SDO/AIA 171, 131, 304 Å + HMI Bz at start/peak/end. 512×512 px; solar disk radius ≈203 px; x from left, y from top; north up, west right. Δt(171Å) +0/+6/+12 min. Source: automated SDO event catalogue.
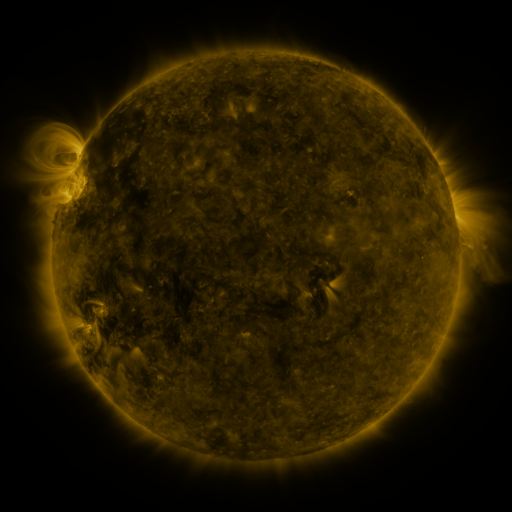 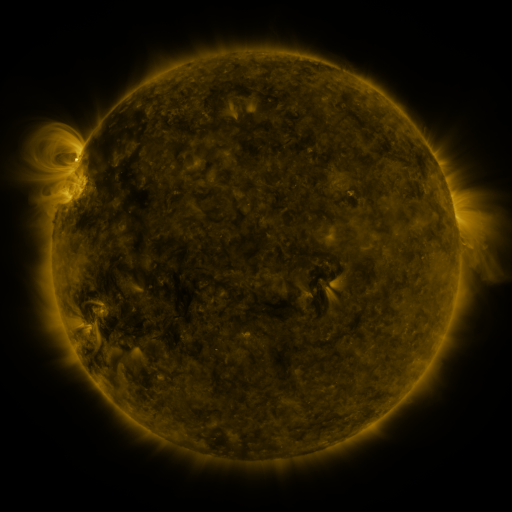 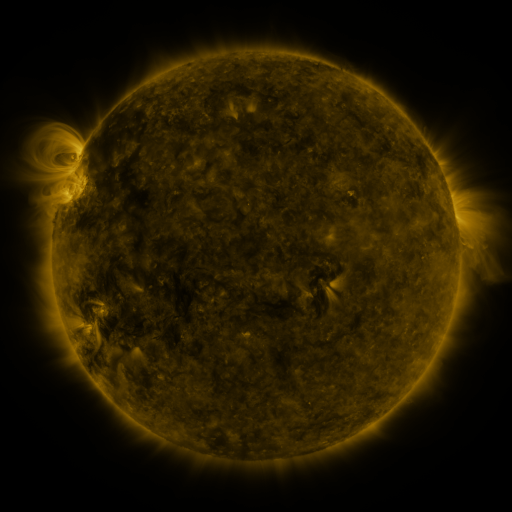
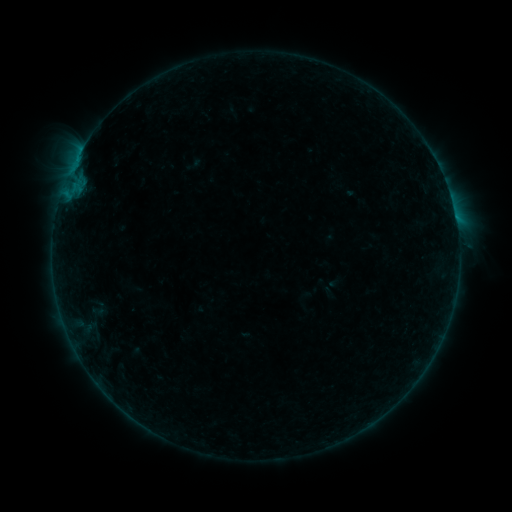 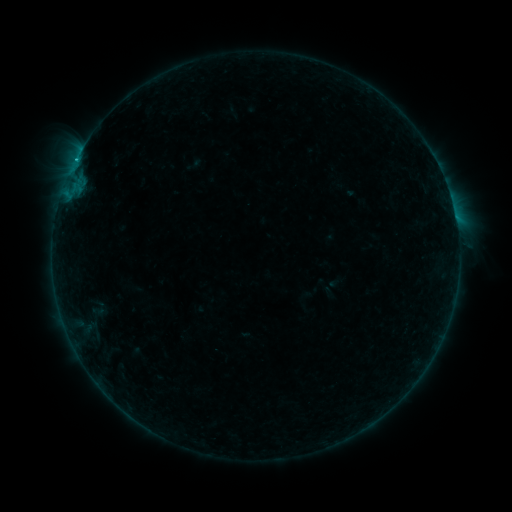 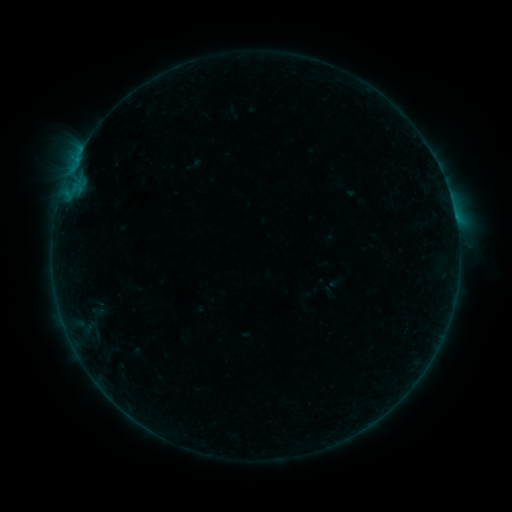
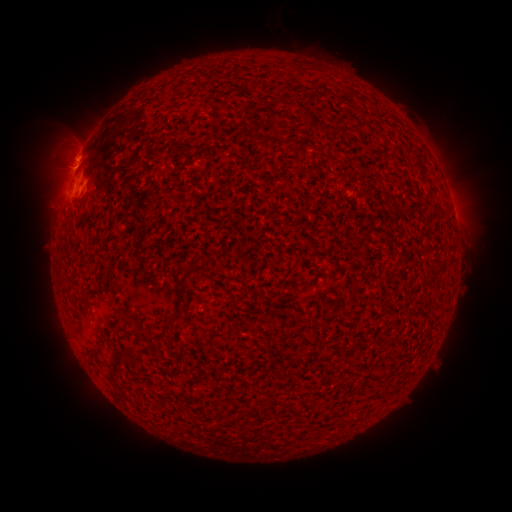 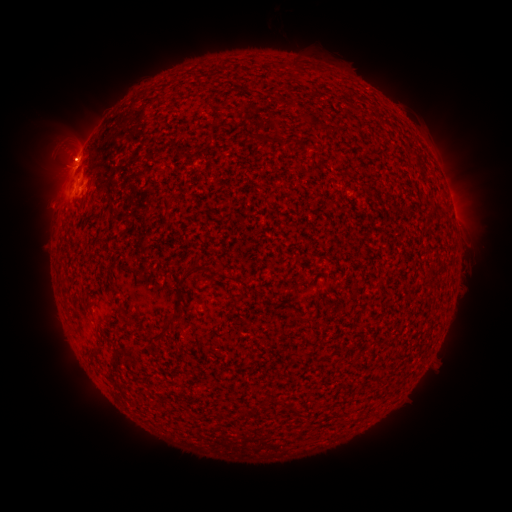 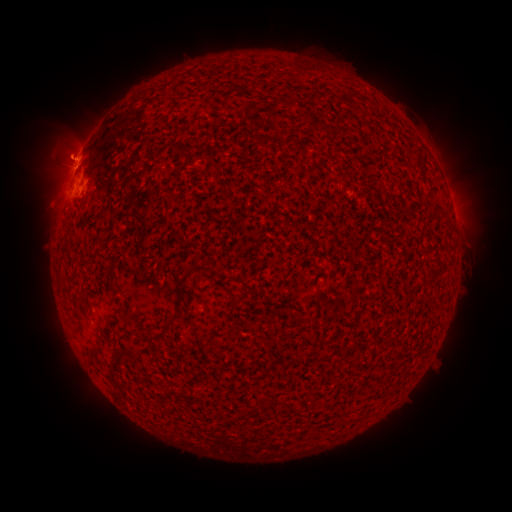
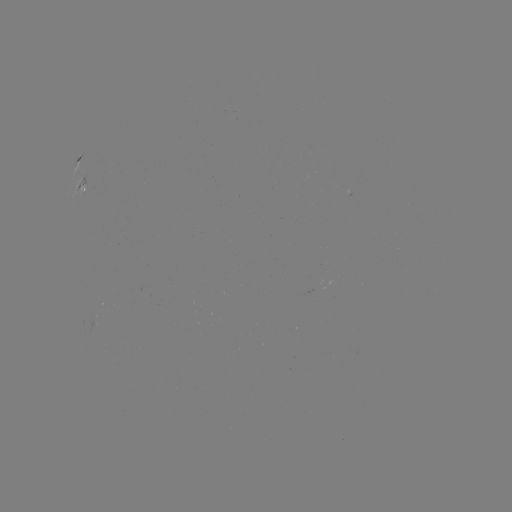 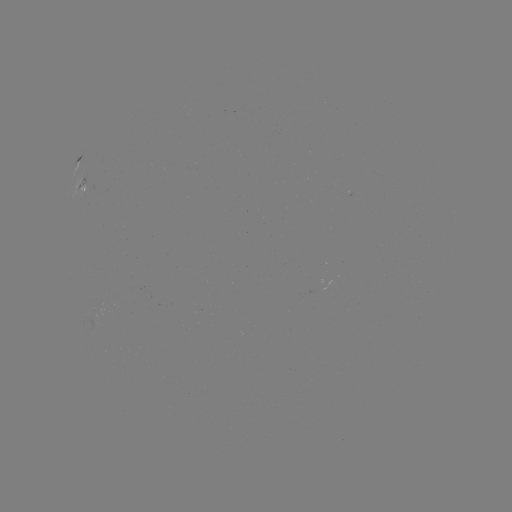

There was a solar eruption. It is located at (62, 153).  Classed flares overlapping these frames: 1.